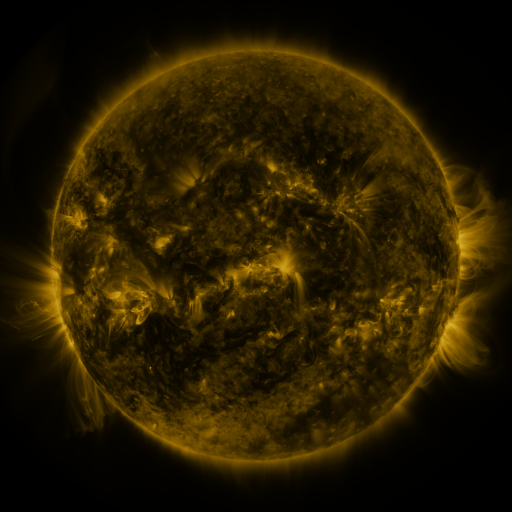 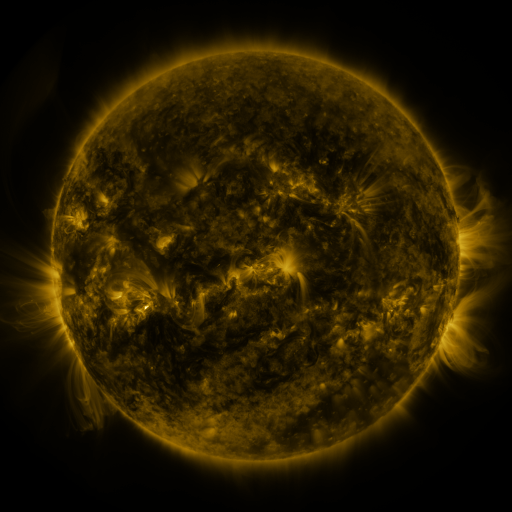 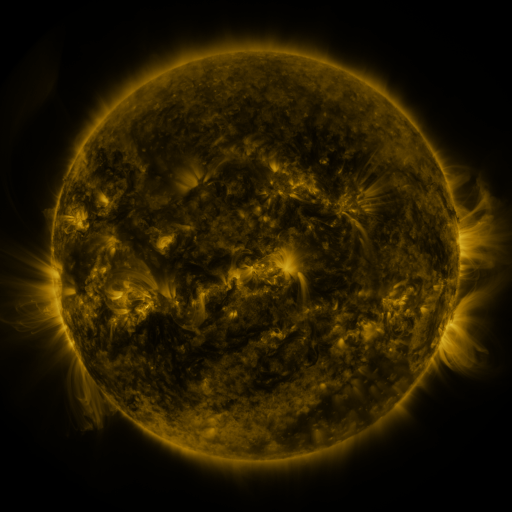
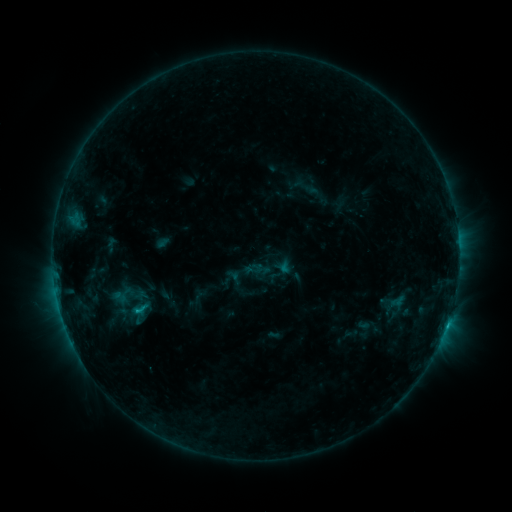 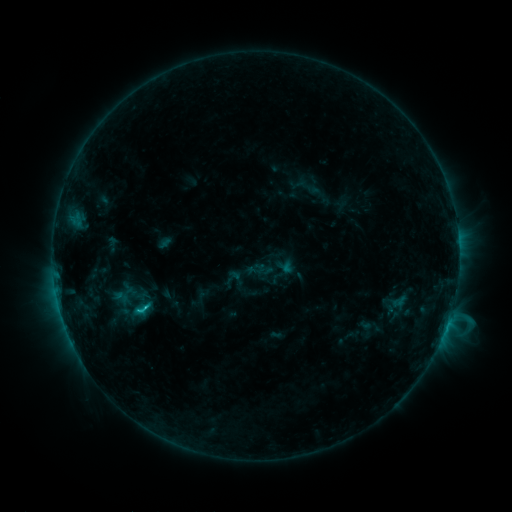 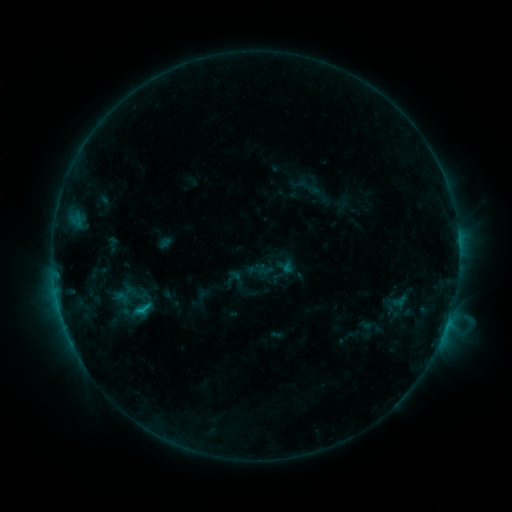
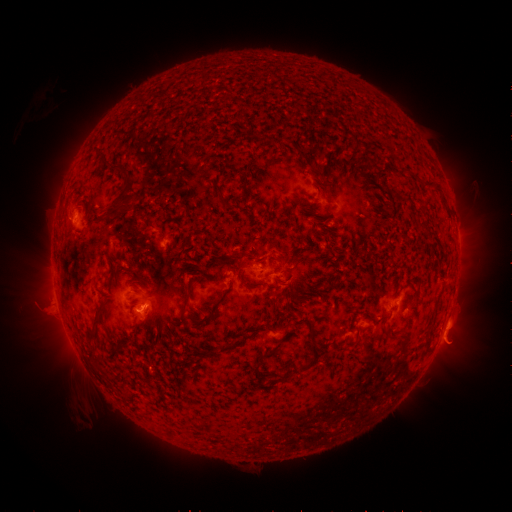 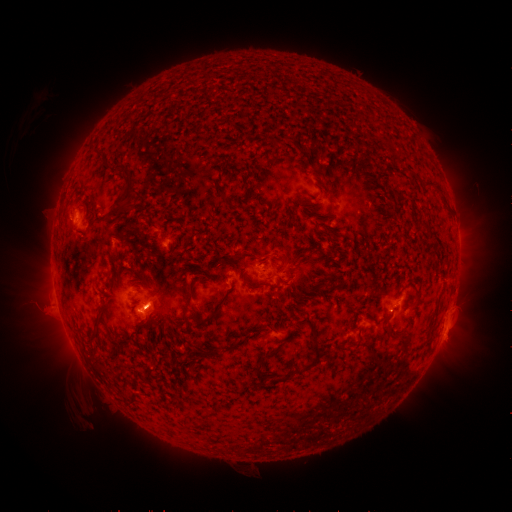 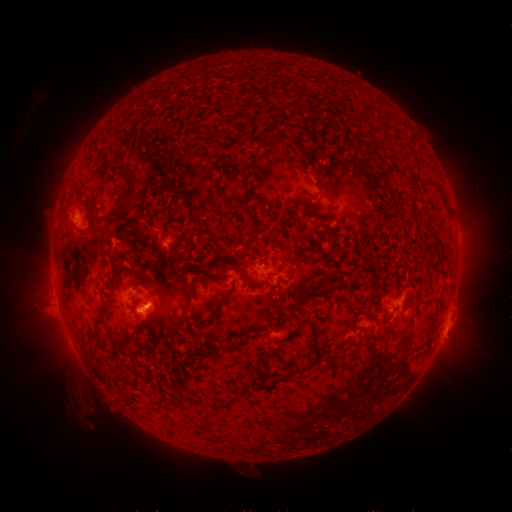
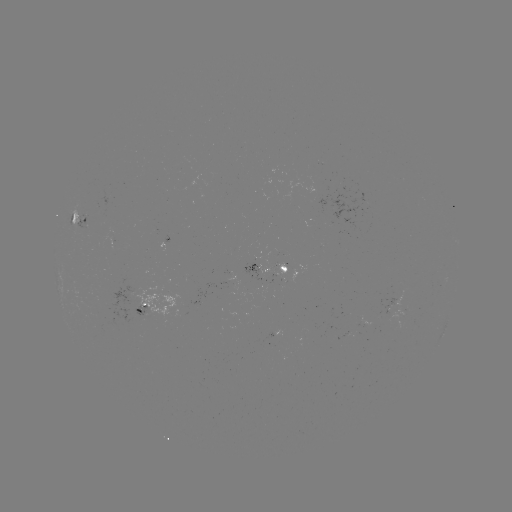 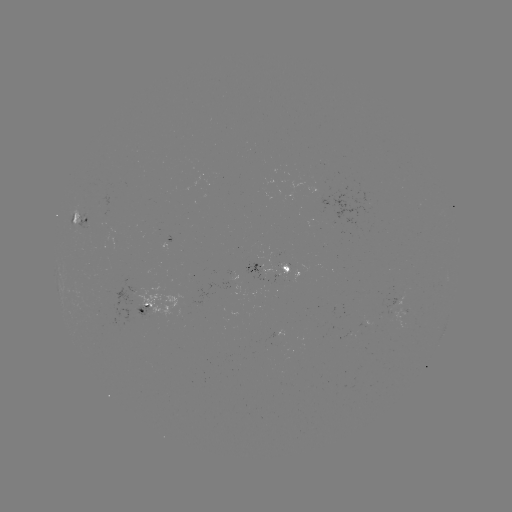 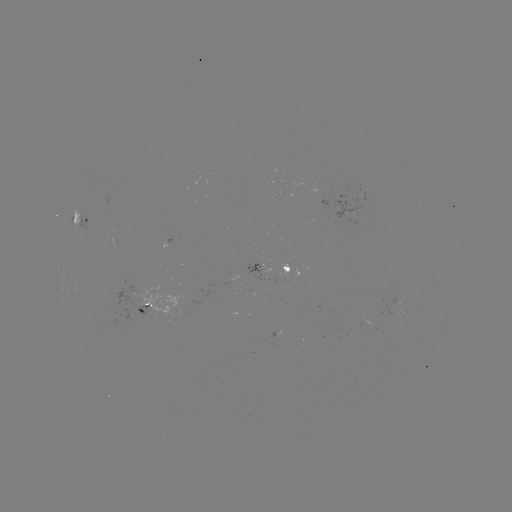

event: emerging-flux region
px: (86, 223)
